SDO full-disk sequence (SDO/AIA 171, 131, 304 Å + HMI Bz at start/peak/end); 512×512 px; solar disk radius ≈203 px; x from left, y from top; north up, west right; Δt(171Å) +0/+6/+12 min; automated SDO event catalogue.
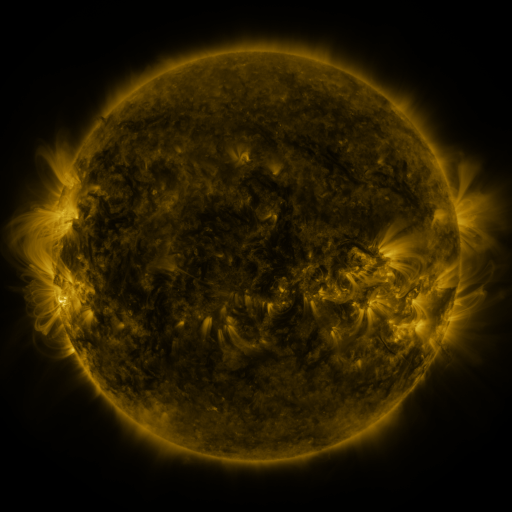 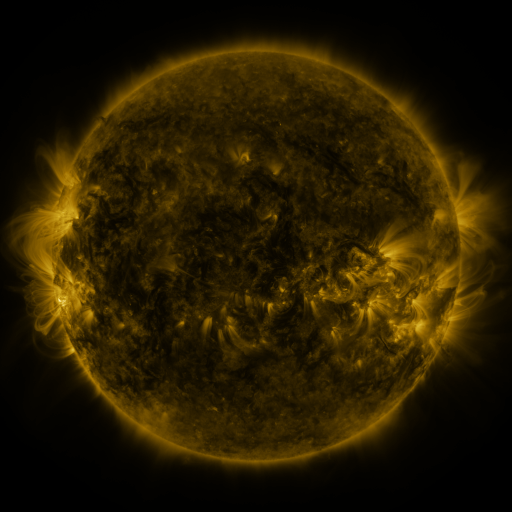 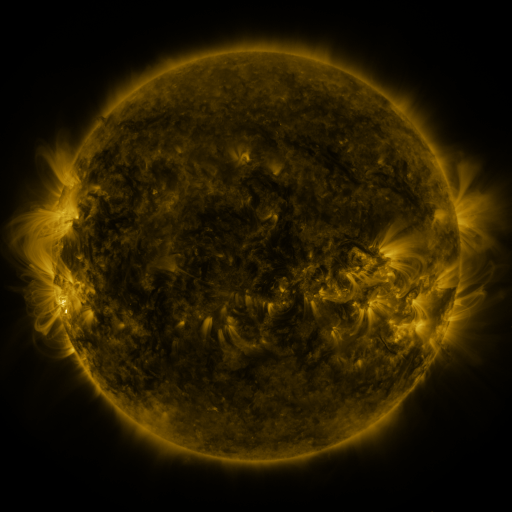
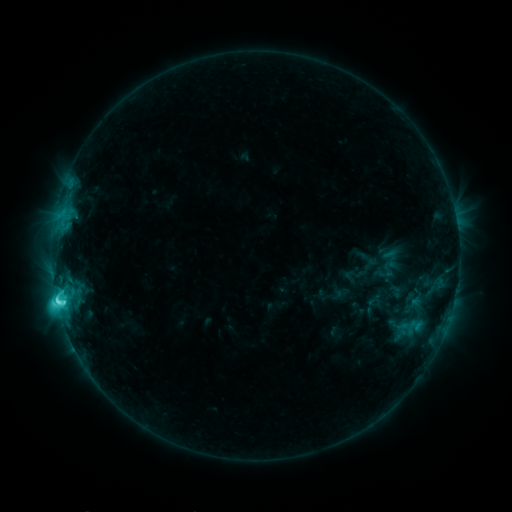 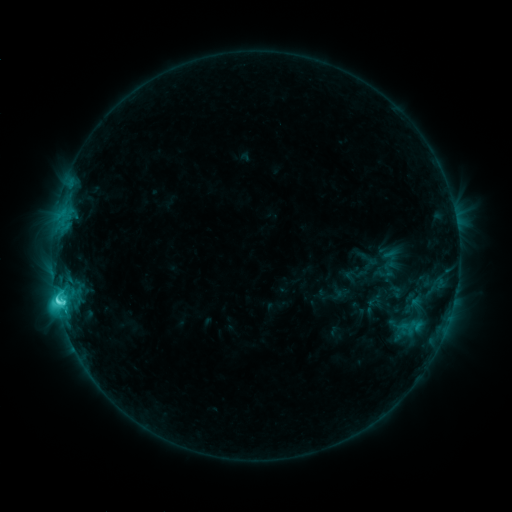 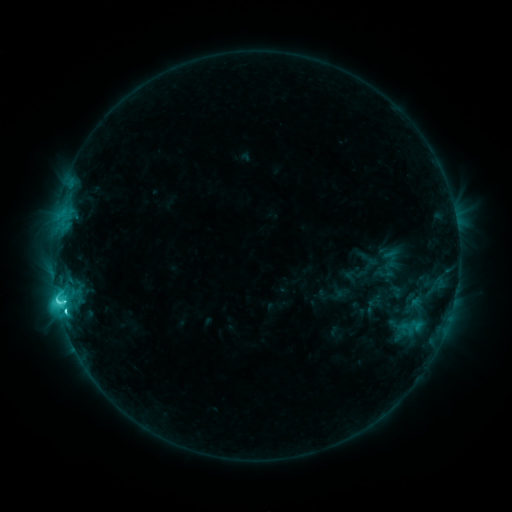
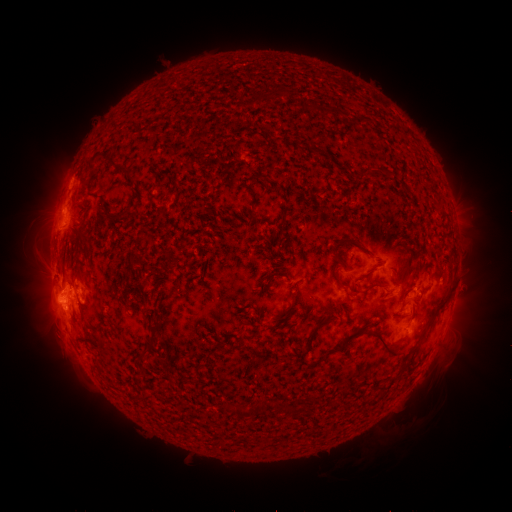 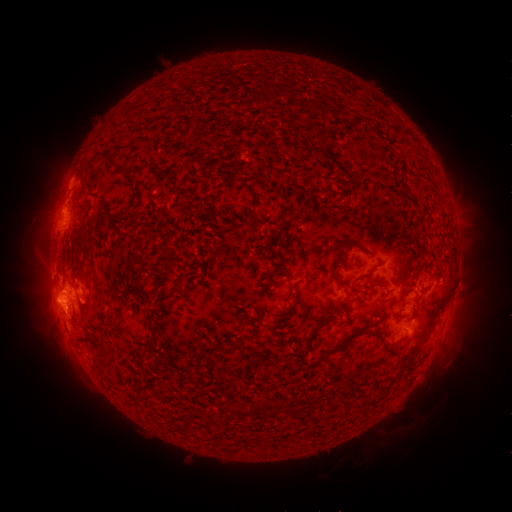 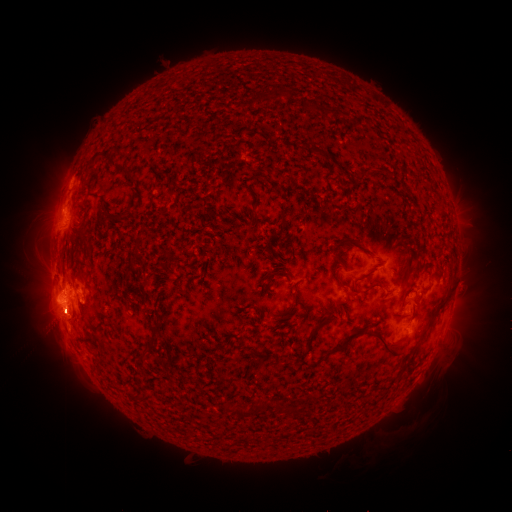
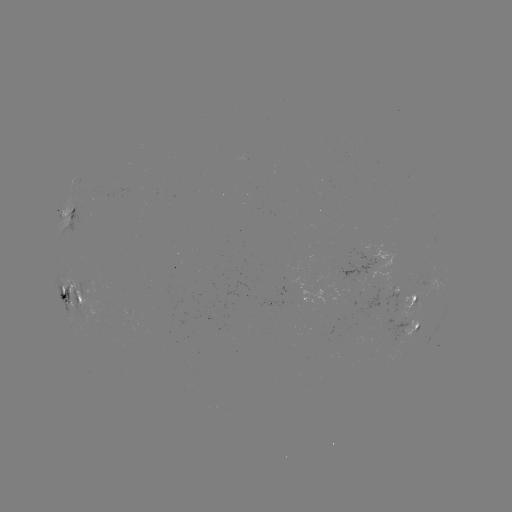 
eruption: <bbox>27, 293, 87, 378</bbox>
